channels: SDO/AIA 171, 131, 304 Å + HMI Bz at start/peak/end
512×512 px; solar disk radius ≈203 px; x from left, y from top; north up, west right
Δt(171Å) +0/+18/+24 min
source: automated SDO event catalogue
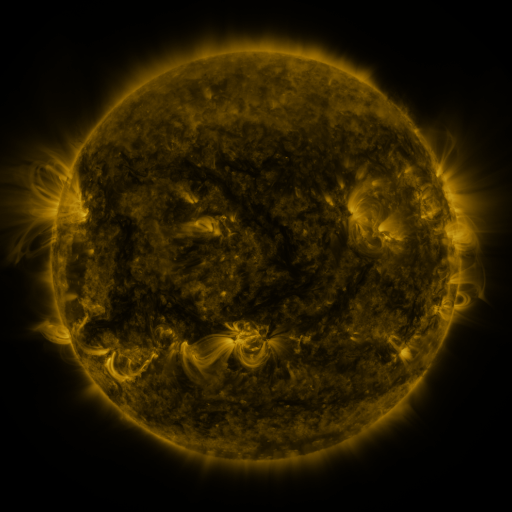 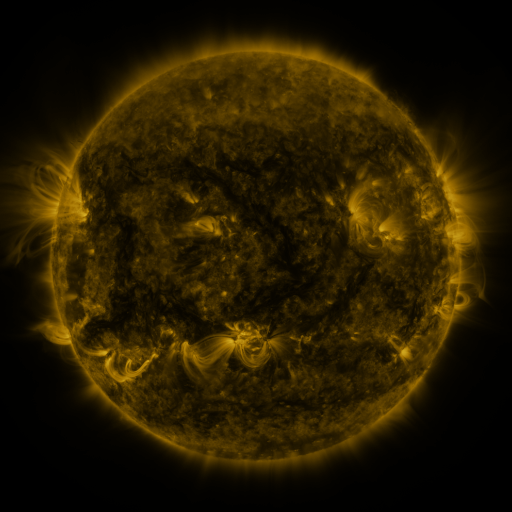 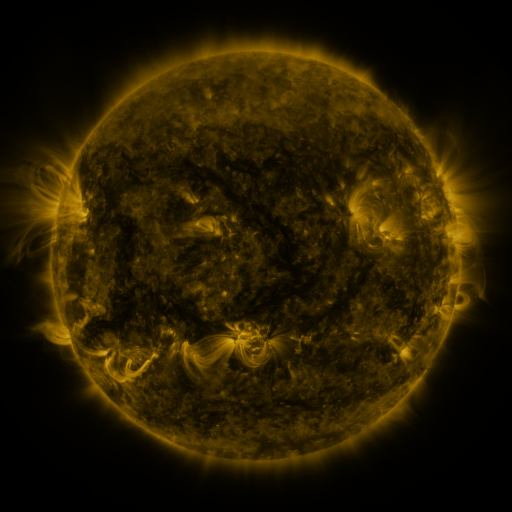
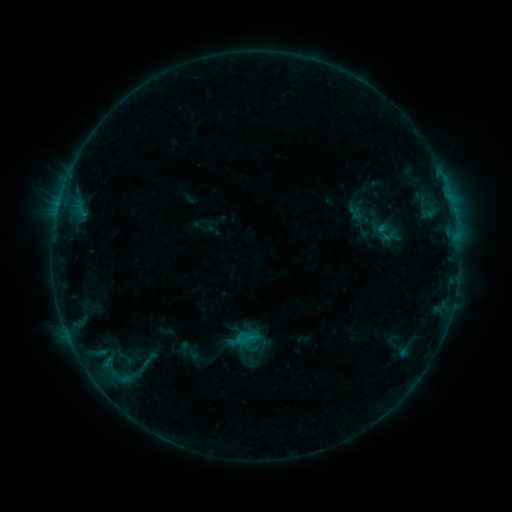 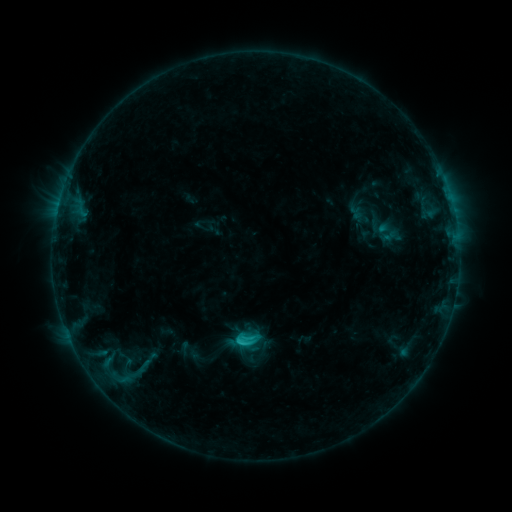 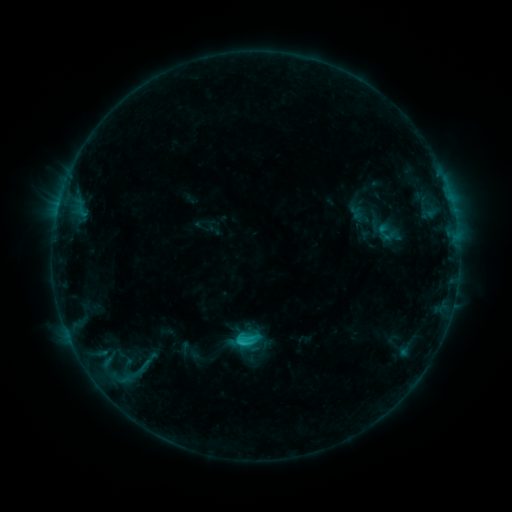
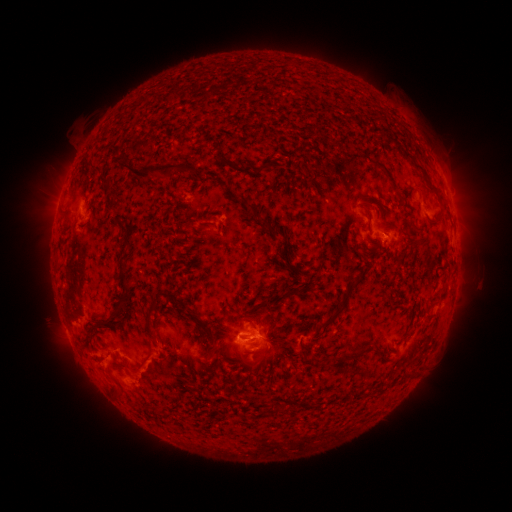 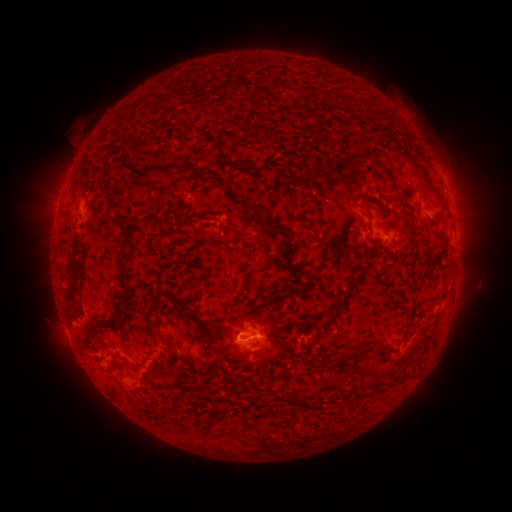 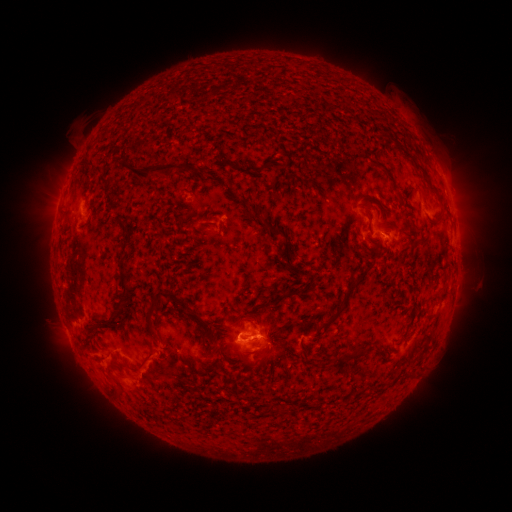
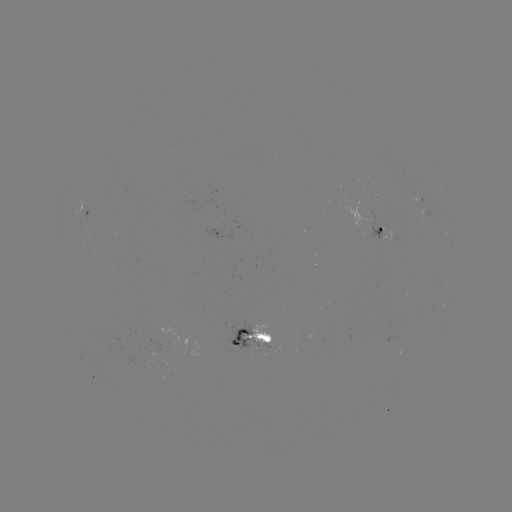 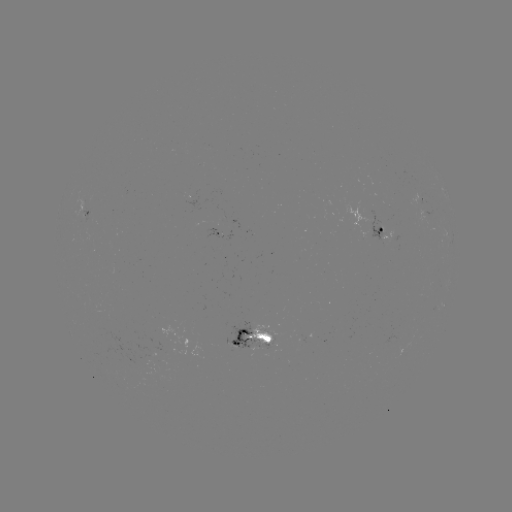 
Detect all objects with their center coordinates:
C1.4 flare: (242, 339)
